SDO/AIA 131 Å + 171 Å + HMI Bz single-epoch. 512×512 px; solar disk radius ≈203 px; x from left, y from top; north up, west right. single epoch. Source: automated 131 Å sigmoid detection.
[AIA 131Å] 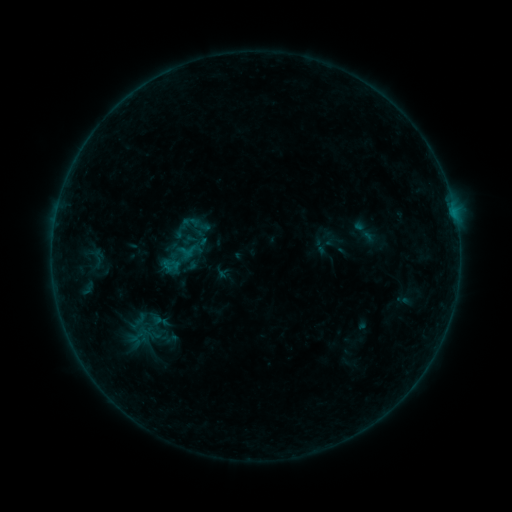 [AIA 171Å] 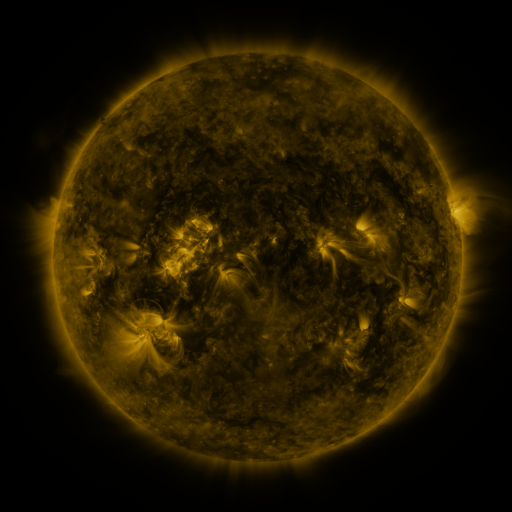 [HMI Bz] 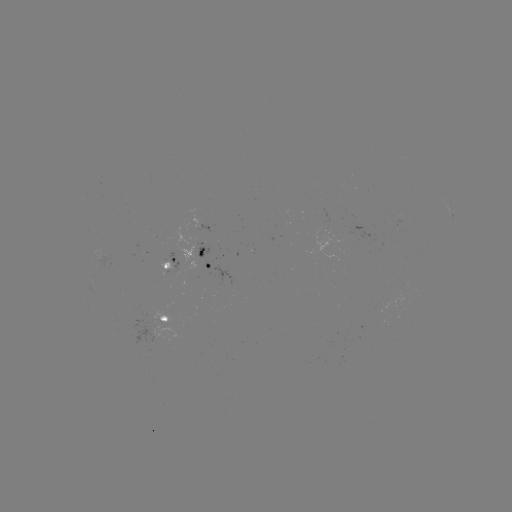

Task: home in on sigmoid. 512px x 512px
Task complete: (194, 230).